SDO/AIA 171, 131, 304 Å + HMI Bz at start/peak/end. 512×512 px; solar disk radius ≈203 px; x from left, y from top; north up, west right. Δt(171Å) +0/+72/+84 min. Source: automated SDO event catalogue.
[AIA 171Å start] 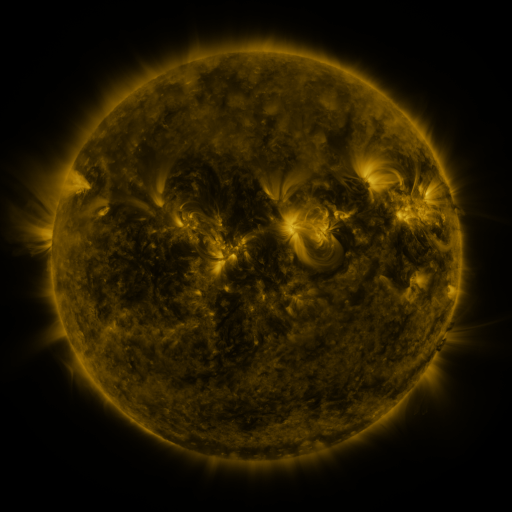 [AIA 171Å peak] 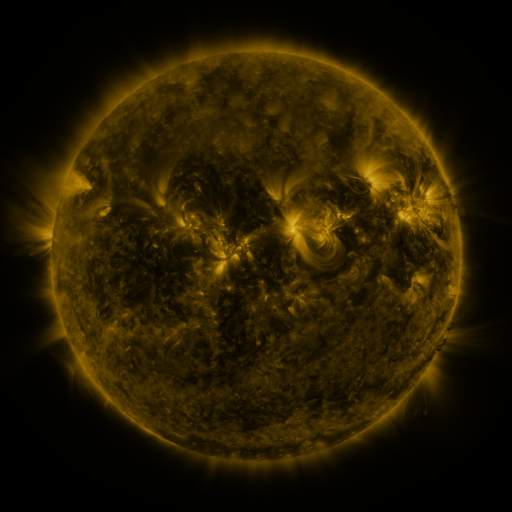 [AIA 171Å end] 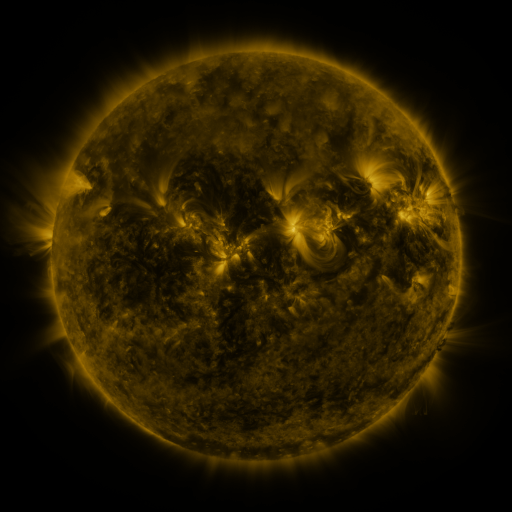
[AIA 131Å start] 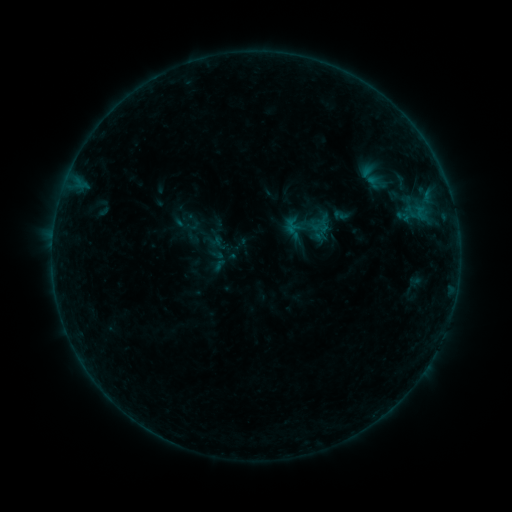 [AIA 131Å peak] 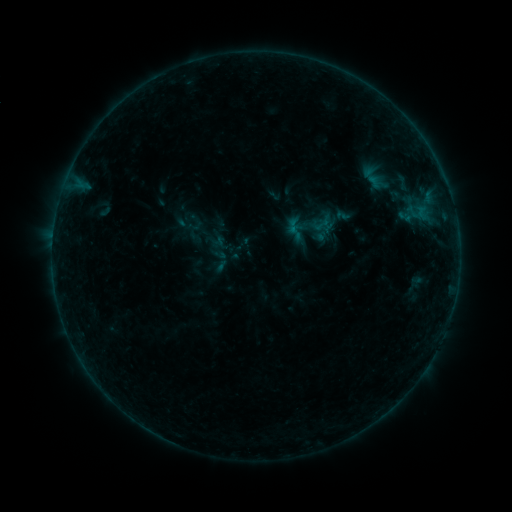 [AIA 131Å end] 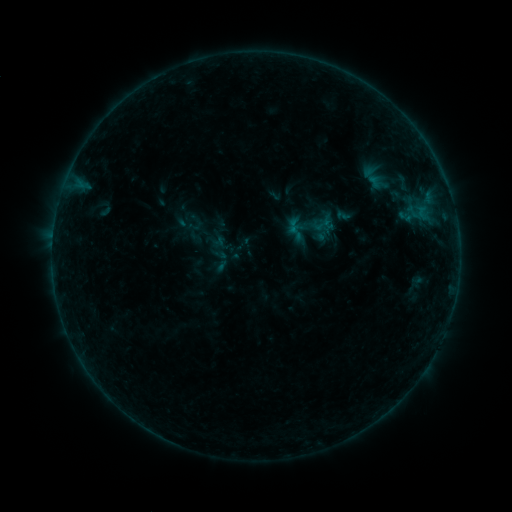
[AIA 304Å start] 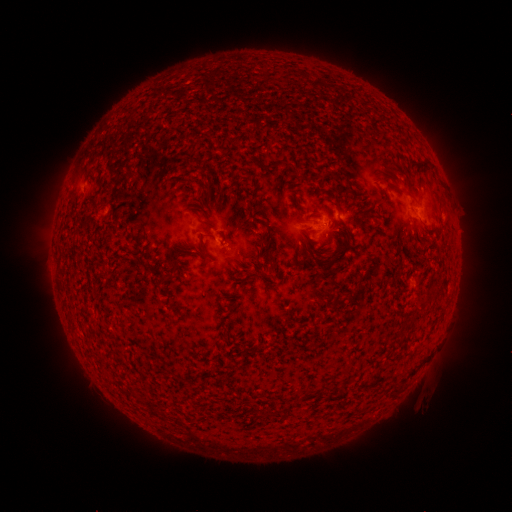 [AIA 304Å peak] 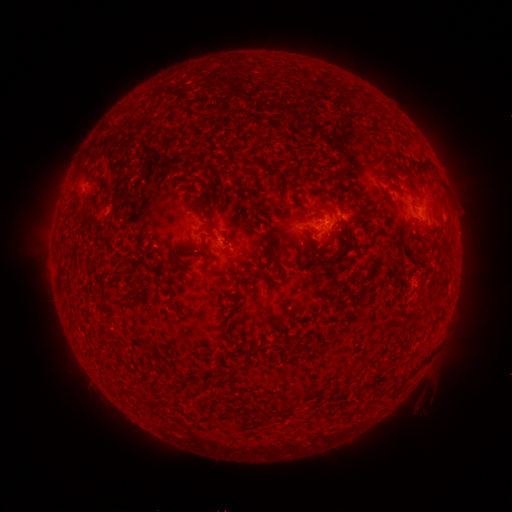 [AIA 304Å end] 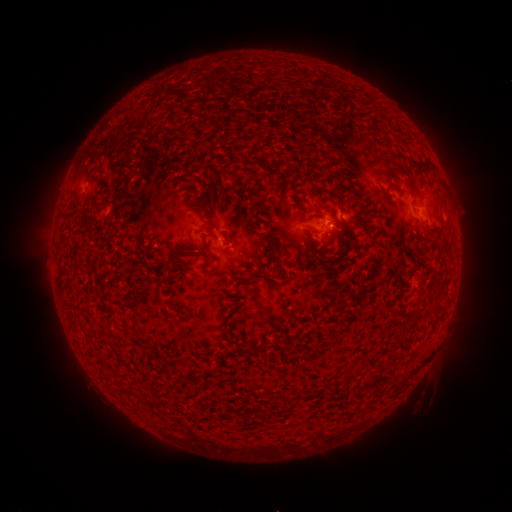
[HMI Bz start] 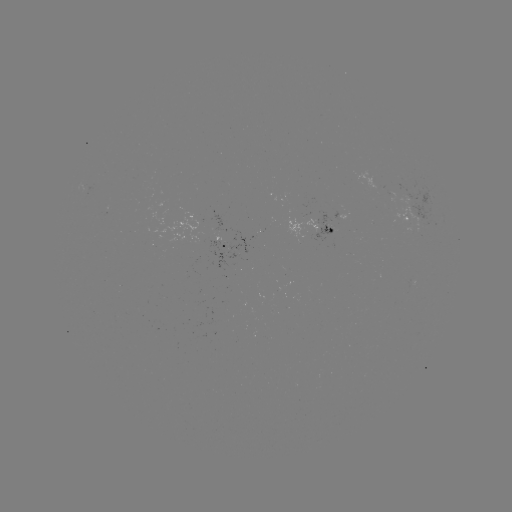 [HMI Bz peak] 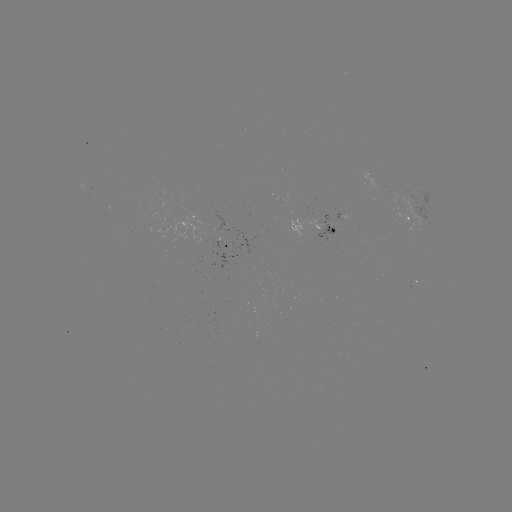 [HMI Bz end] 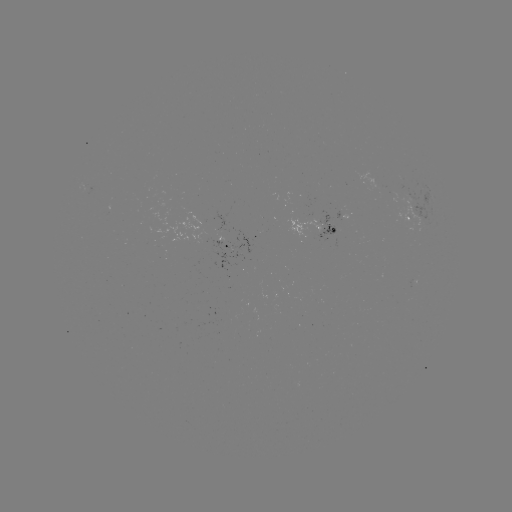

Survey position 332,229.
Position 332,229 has emerging-flux region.